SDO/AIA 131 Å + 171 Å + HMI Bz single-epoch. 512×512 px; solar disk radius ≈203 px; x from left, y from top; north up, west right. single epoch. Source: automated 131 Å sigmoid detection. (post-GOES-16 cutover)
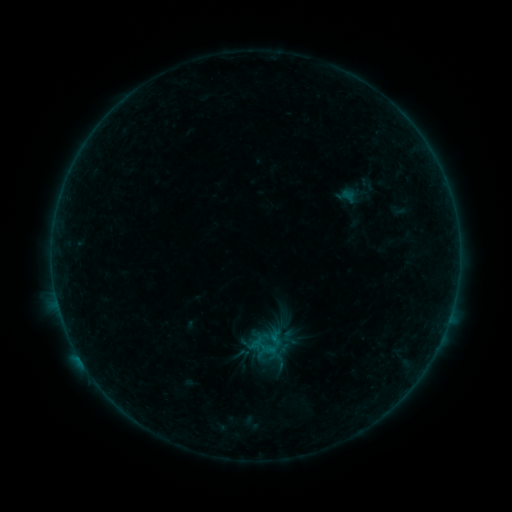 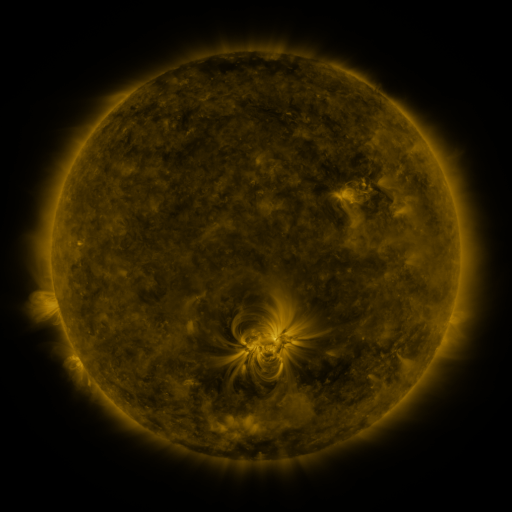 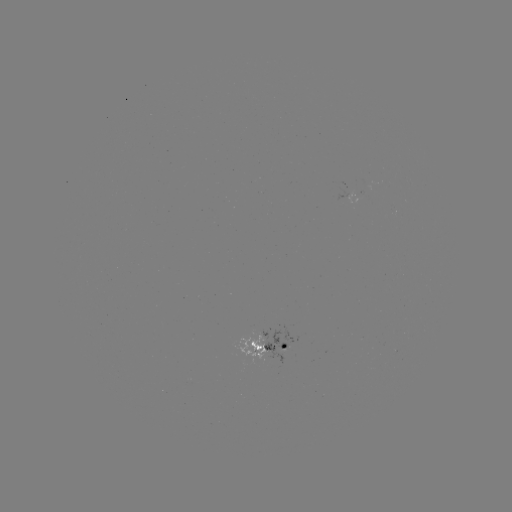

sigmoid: (252, 330, 284, 361)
